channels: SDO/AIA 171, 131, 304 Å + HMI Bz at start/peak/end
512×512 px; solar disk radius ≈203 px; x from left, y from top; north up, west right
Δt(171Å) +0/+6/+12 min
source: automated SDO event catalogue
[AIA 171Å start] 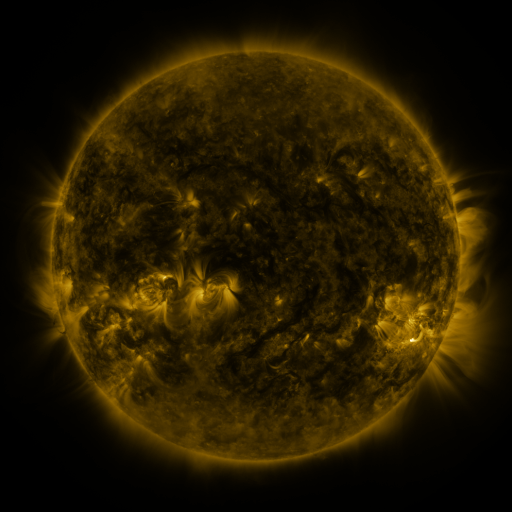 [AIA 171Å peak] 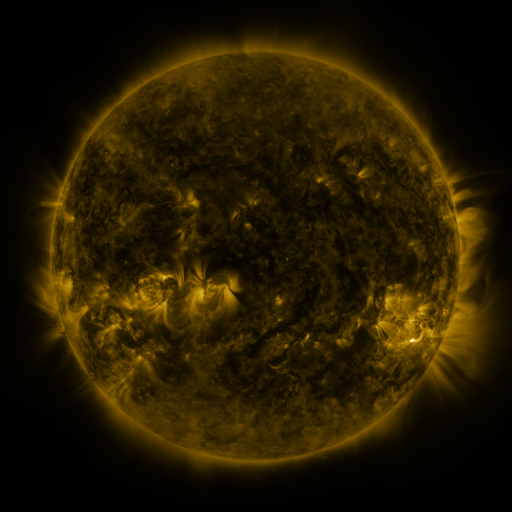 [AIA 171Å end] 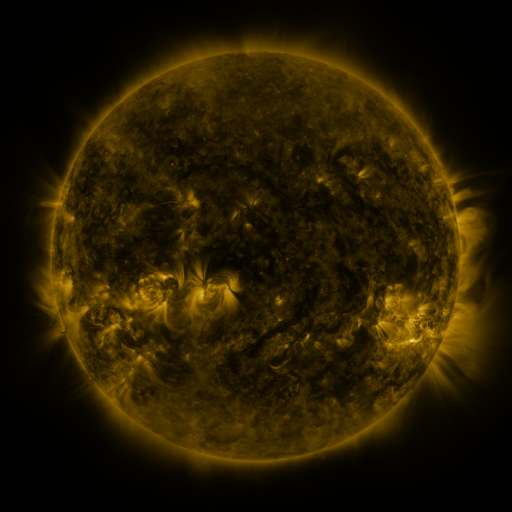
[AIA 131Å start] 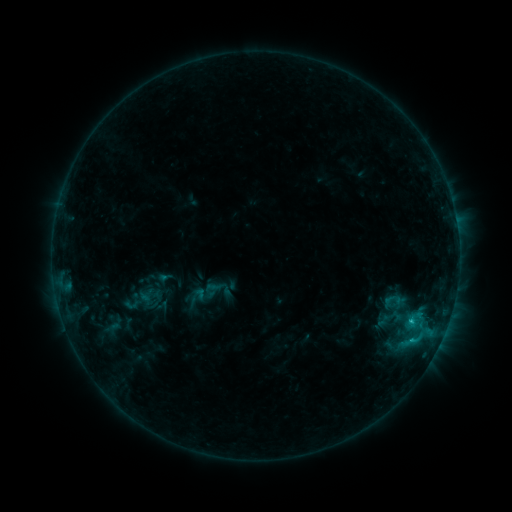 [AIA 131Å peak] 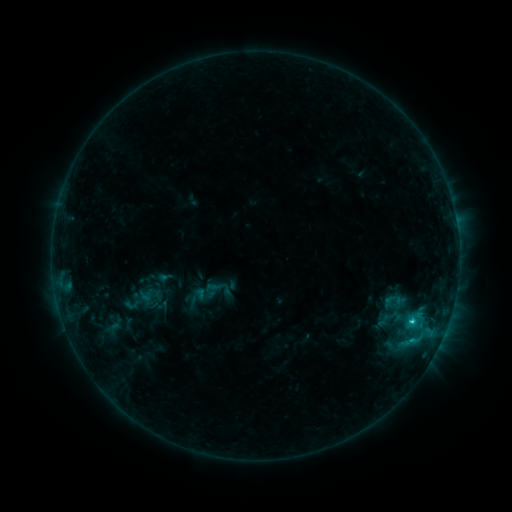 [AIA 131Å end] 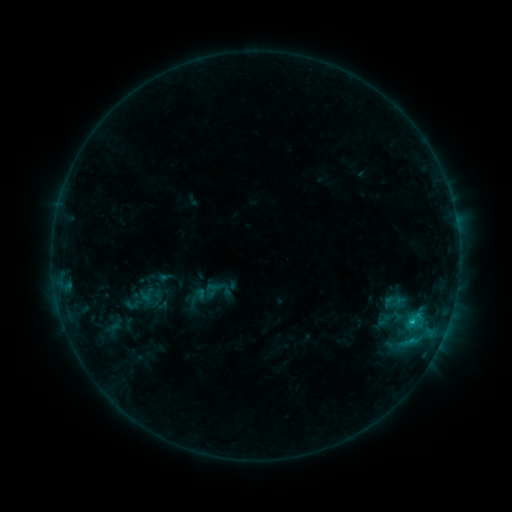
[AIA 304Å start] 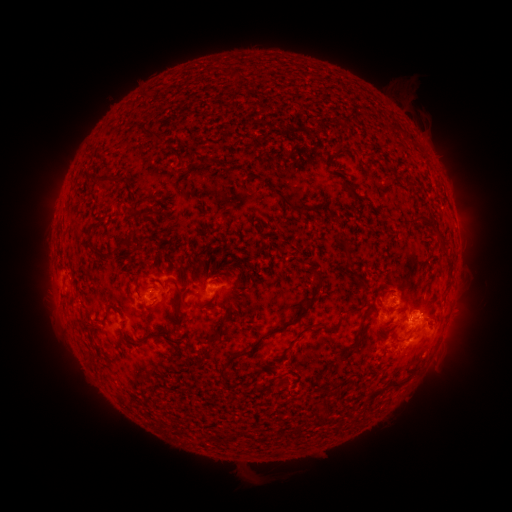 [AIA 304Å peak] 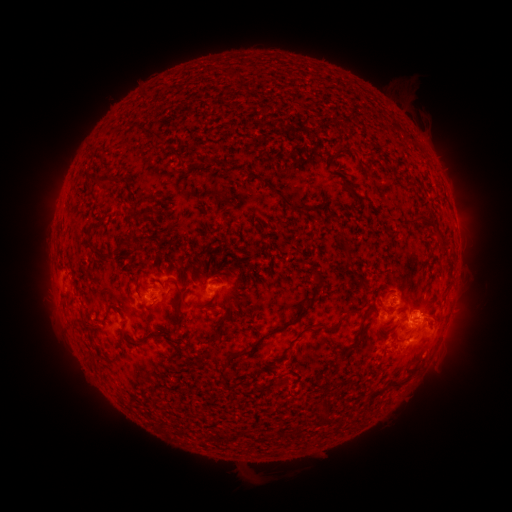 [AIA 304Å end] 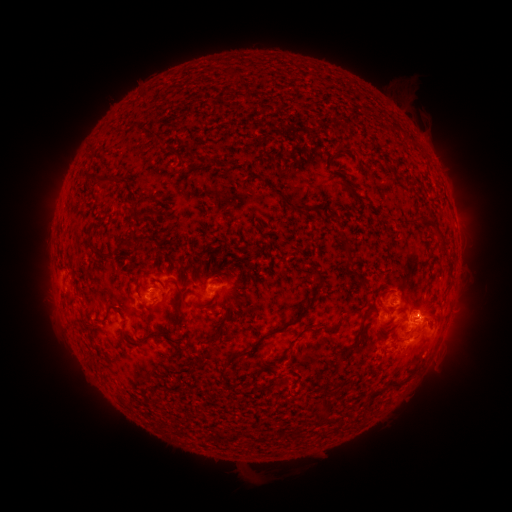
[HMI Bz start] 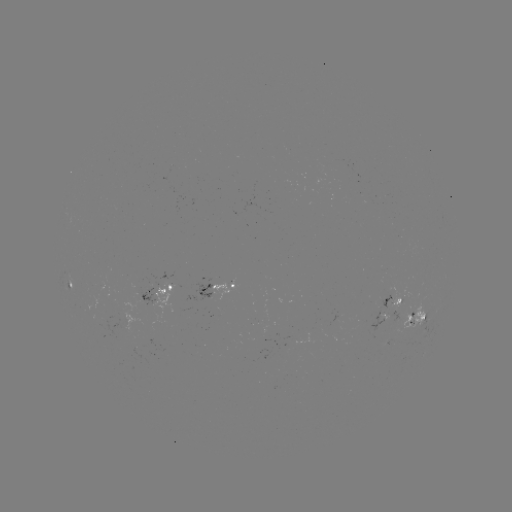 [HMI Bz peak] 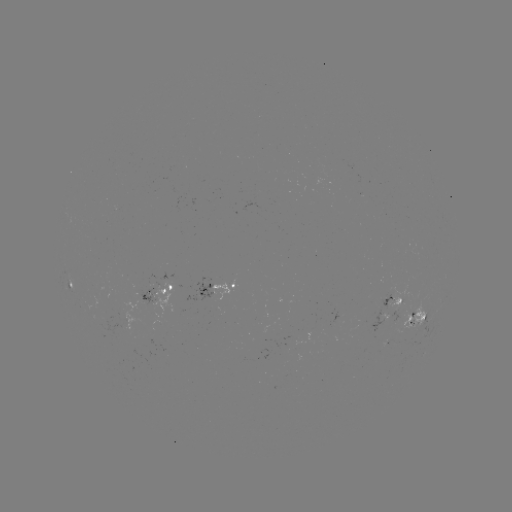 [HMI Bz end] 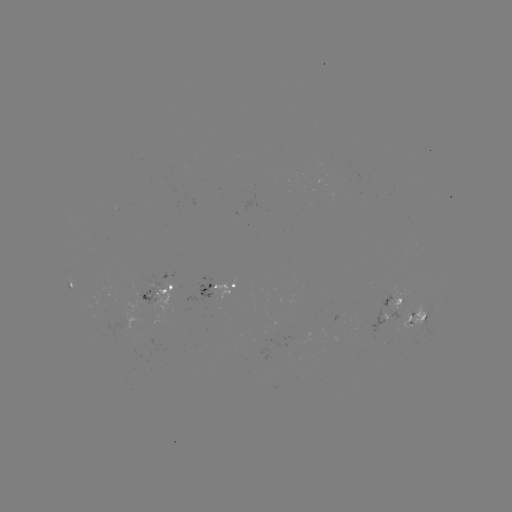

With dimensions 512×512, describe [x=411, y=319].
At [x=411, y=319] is C1.2 flare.